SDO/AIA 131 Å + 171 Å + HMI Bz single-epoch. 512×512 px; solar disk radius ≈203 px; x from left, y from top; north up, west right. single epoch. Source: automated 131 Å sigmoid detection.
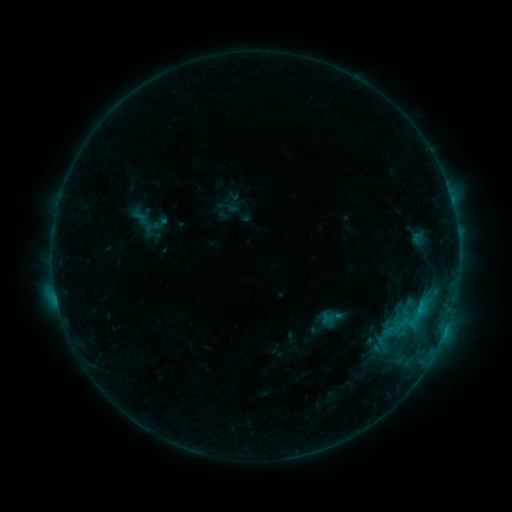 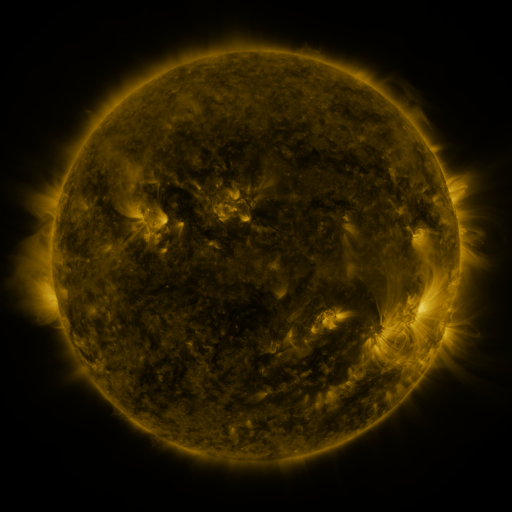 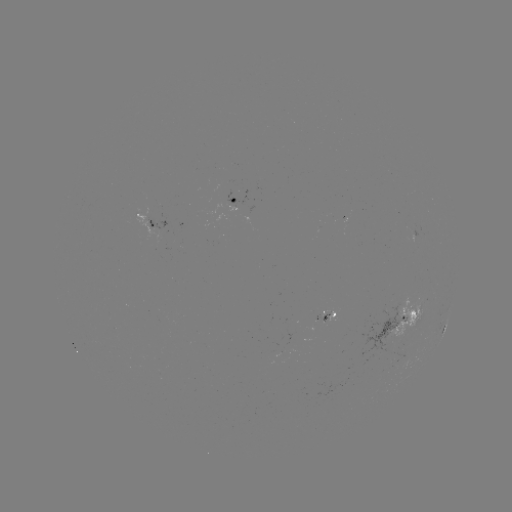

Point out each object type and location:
sigmoid: [136, 211, 158, 237]
